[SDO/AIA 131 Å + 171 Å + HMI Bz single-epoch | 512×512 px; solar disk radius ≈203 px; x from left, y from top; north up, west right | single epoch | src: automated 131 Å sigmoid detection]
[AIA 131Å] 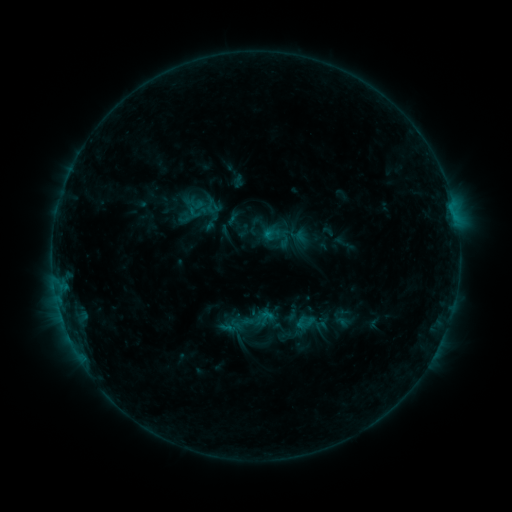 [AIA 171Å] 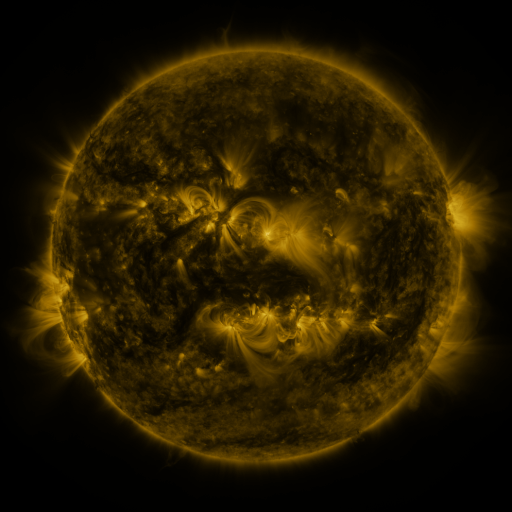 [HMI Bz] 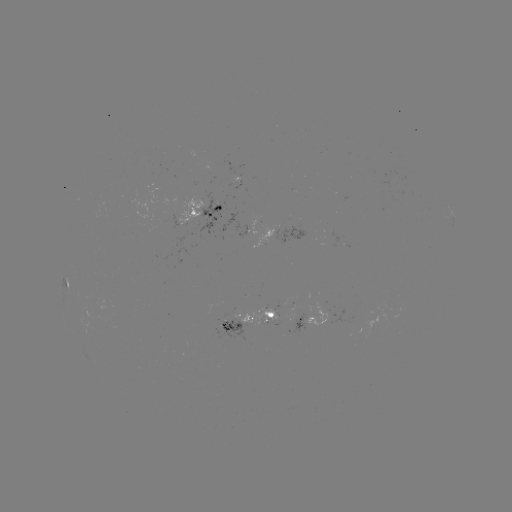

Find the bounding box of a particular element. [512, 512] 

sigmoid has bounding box [275, 229, 293, 247].